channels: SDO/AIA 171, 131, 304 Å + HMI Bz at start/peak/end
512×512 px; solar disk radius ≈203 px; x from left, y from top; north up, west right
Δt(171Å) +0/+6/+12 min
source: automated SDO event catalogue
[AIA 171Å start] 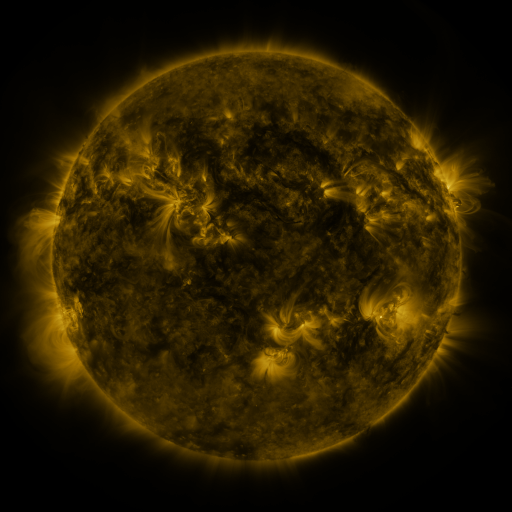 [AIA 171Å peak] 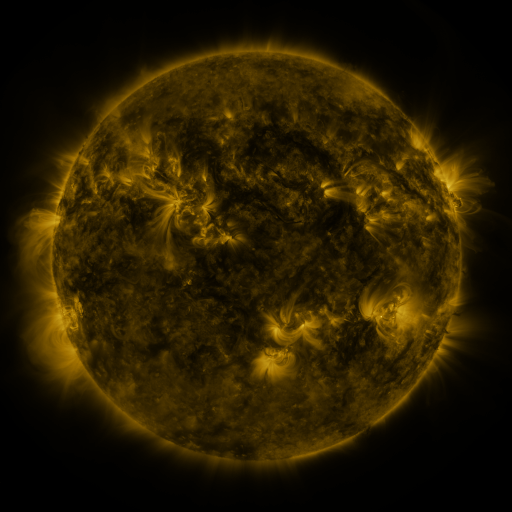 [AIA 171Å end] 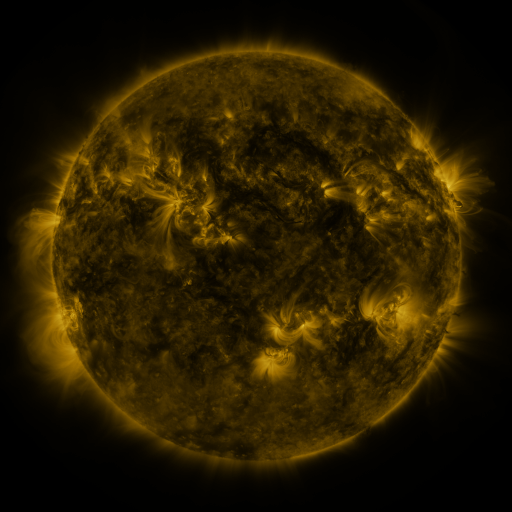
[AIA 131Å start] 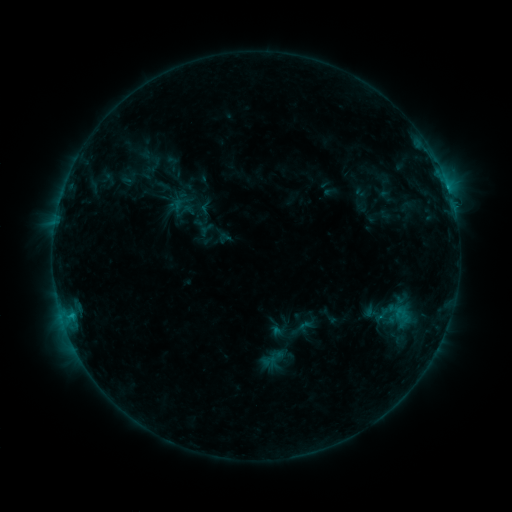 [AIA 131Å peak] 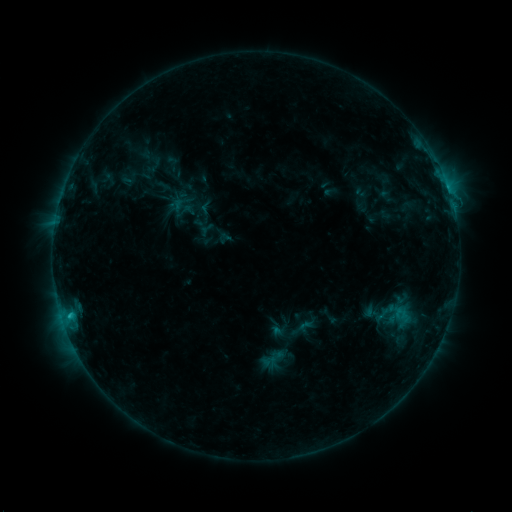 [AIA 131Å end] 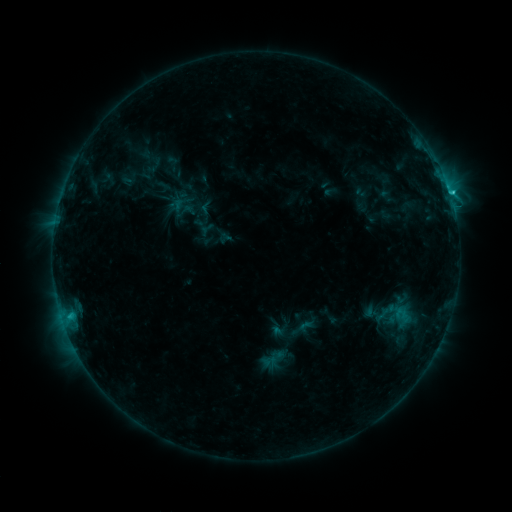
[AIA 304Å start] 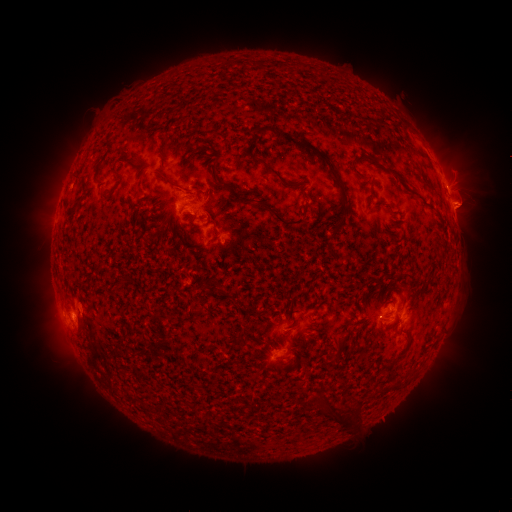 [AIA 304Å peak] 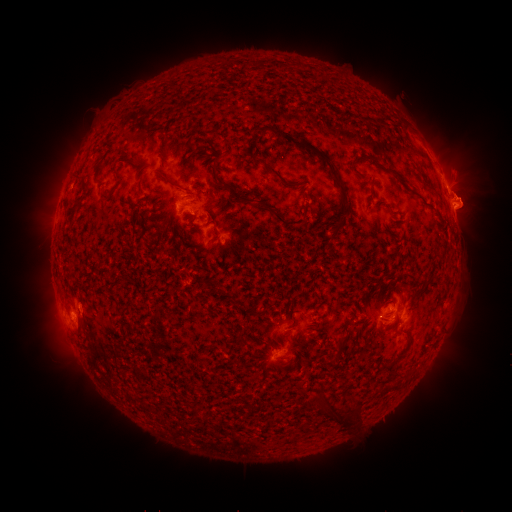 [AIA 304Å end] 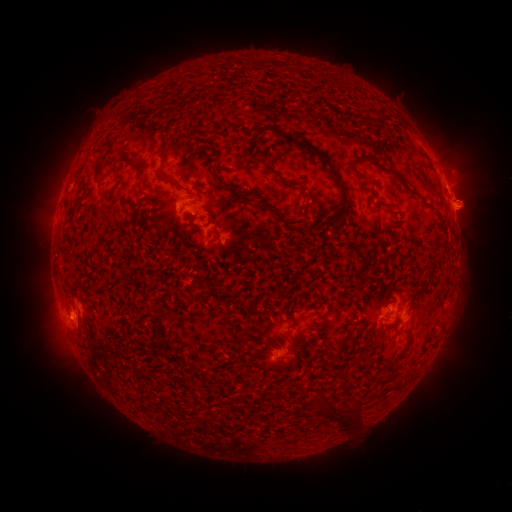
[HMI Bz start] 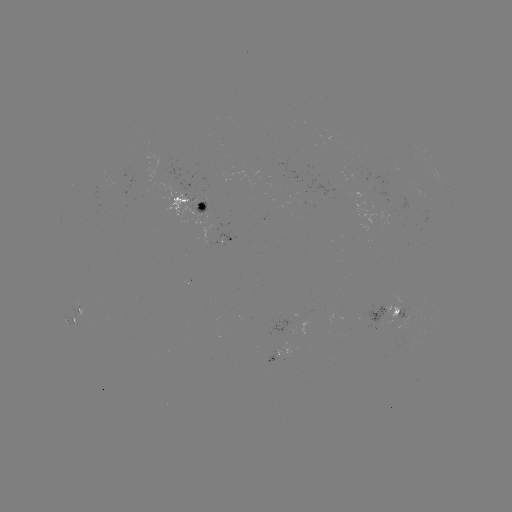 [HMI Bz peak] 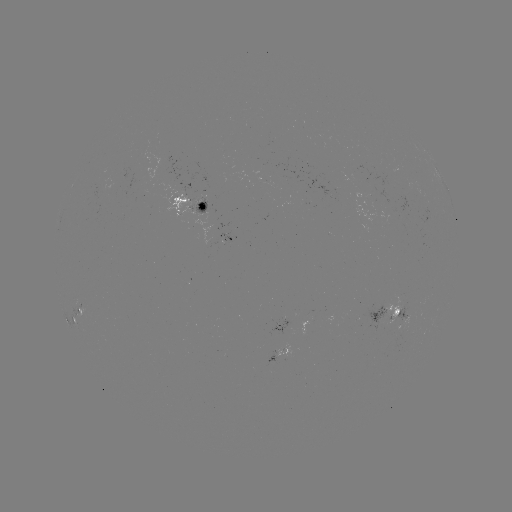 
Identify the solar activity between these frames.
eruption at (463, 150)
